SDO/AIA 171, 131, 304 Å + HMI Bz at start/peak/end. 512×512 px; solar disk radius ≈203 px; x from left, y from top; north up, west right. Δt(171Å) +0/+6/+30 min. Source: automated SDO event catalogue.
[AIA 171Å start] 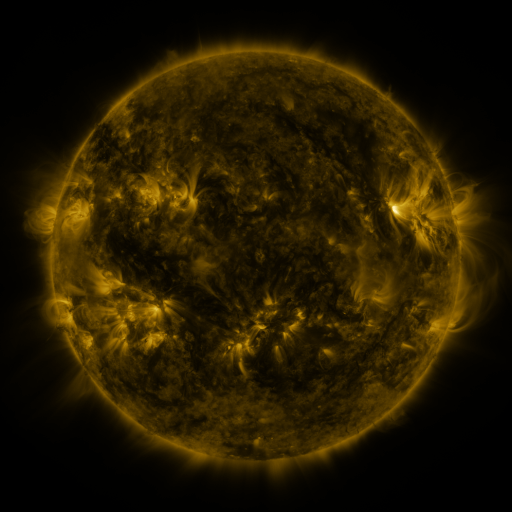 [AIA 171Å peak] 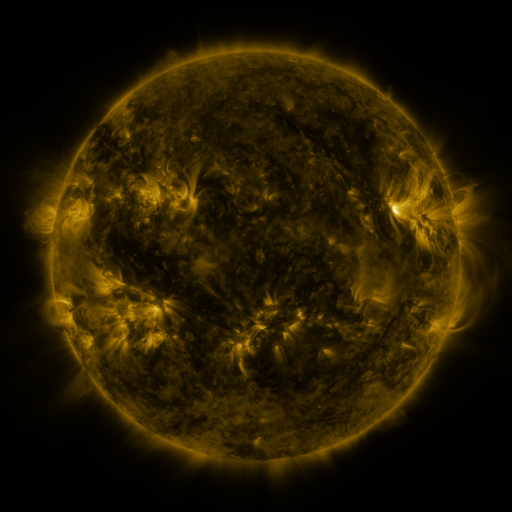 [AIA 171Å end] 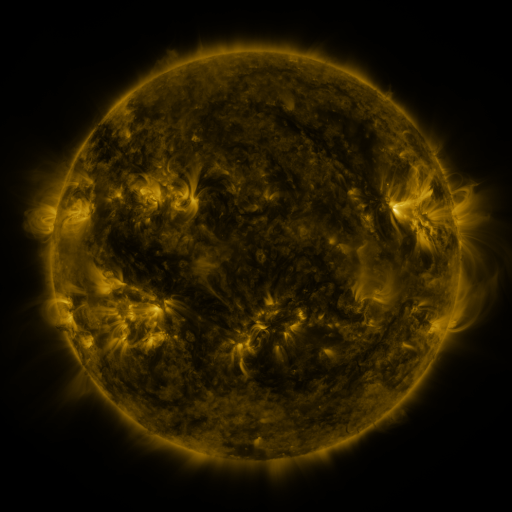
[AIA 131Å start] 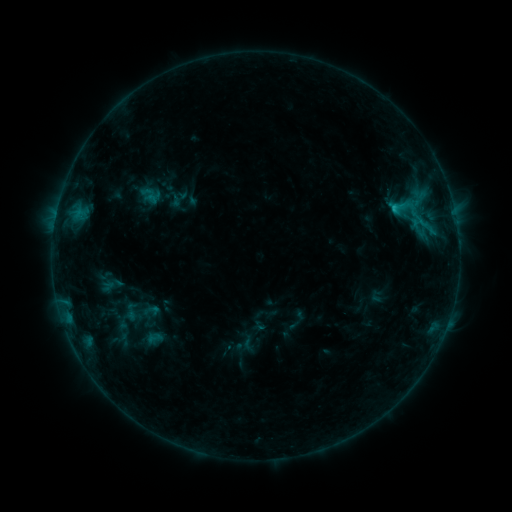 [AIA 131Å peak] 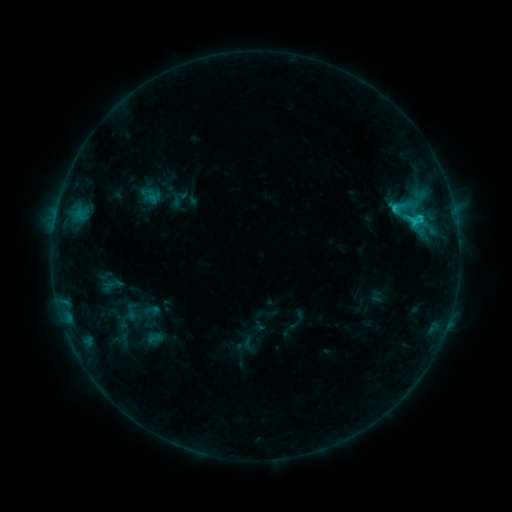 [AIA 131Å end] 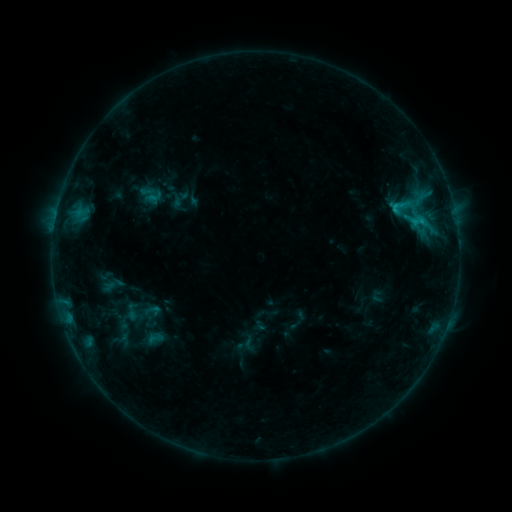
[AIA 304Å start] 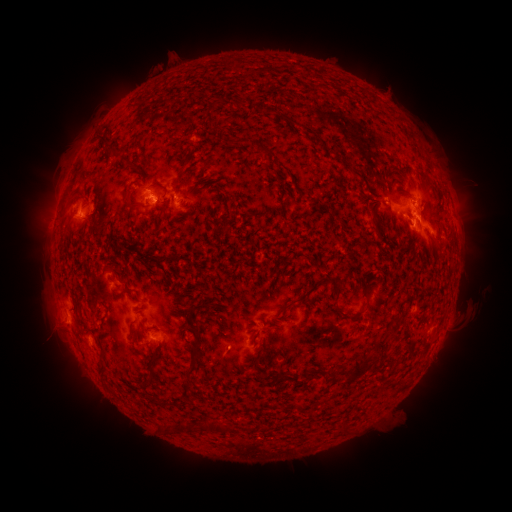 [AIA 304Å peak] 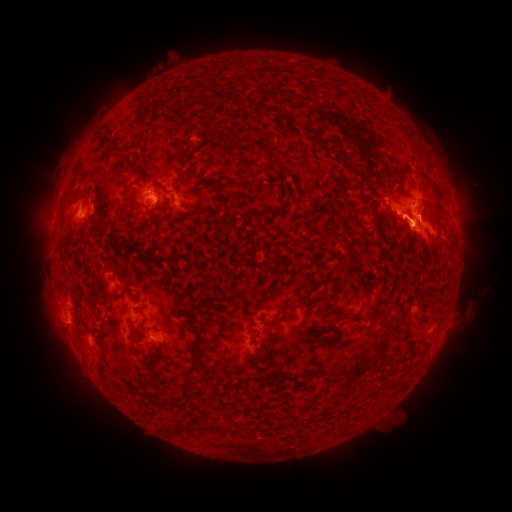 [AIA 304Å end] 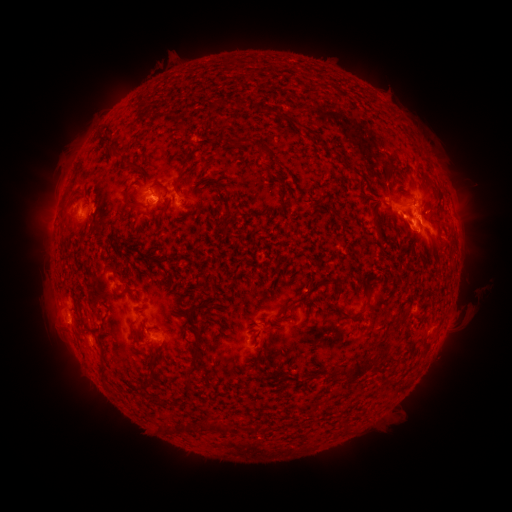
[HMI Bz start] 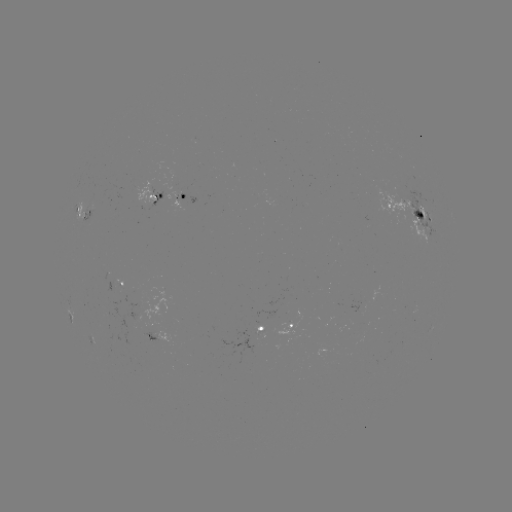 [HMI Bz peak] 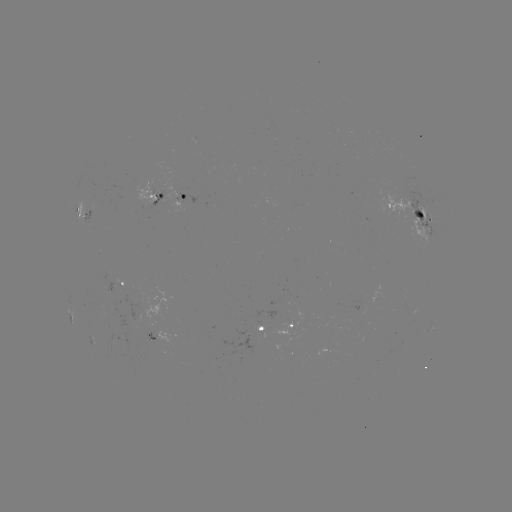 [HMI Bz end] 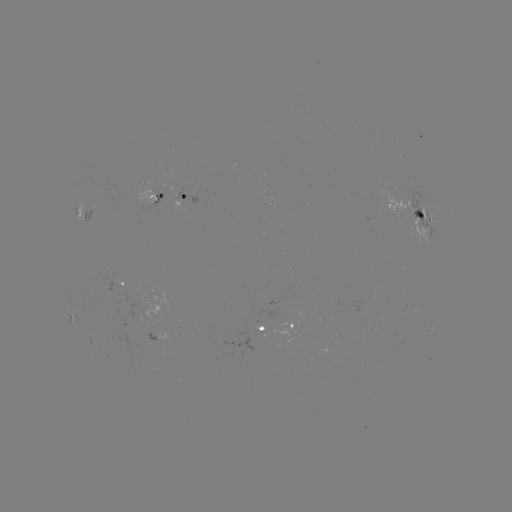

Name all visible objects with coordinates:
C1.7 flare: (415, 225)
